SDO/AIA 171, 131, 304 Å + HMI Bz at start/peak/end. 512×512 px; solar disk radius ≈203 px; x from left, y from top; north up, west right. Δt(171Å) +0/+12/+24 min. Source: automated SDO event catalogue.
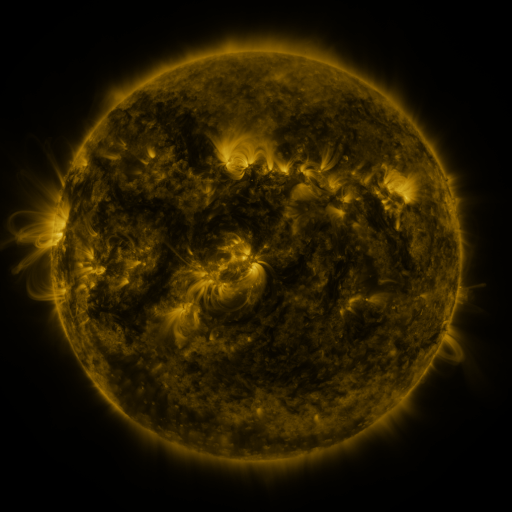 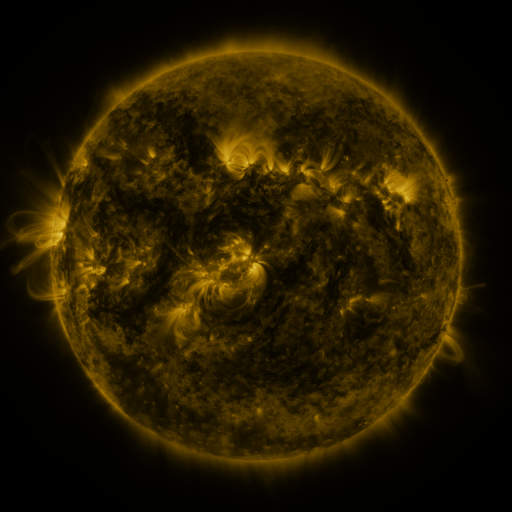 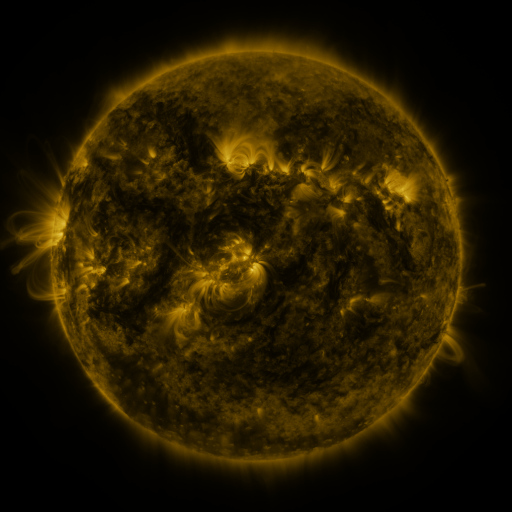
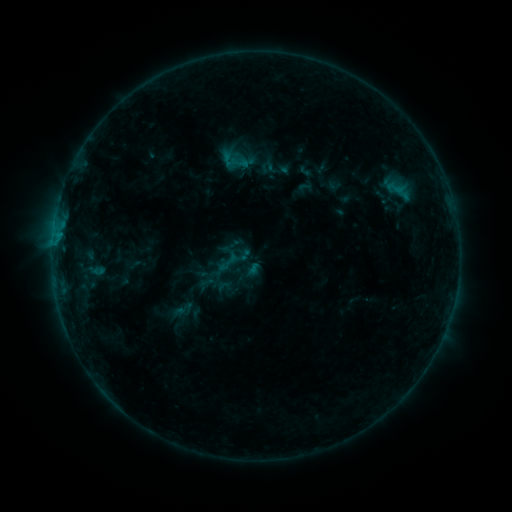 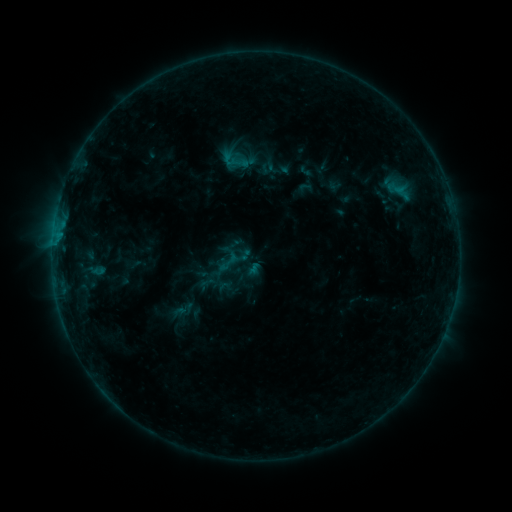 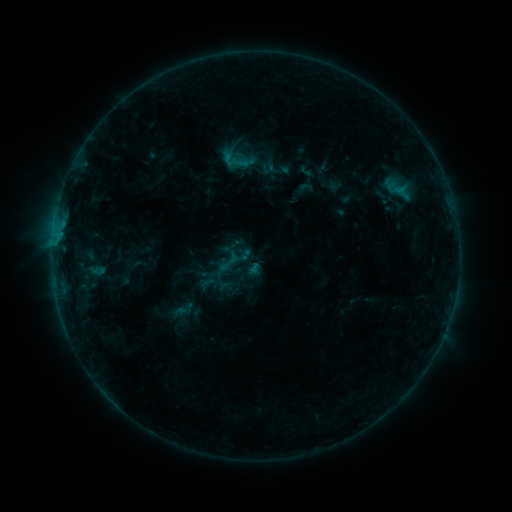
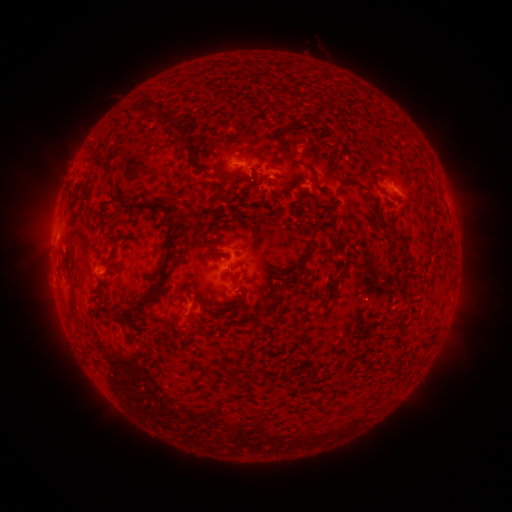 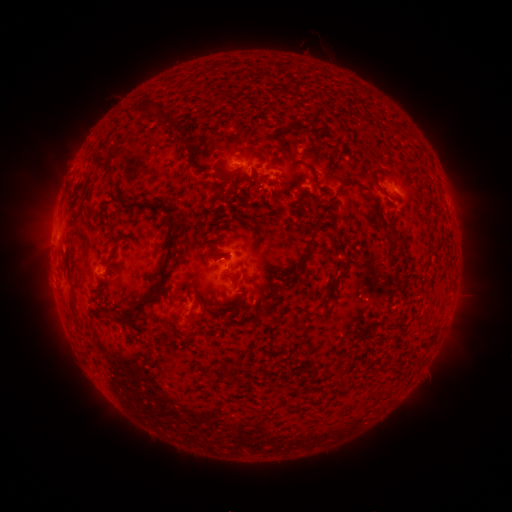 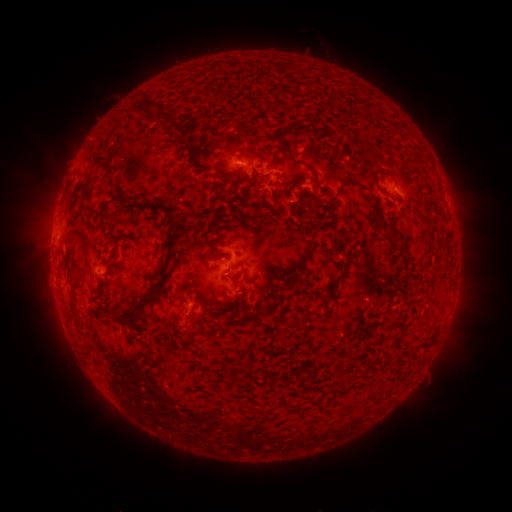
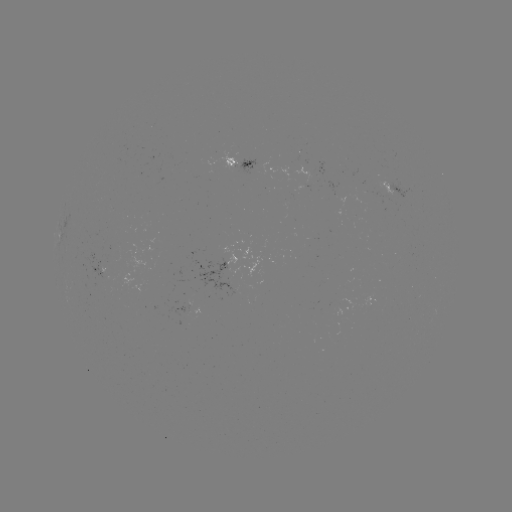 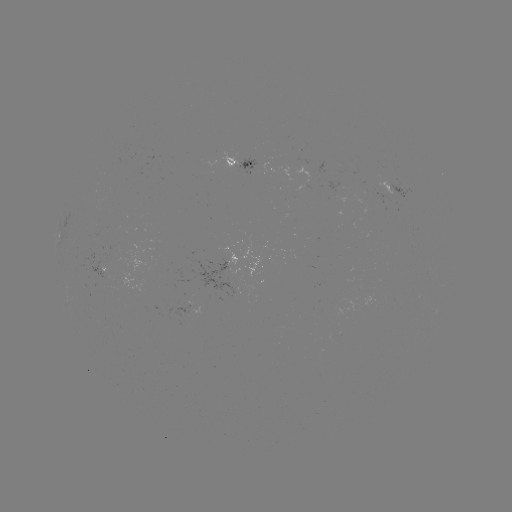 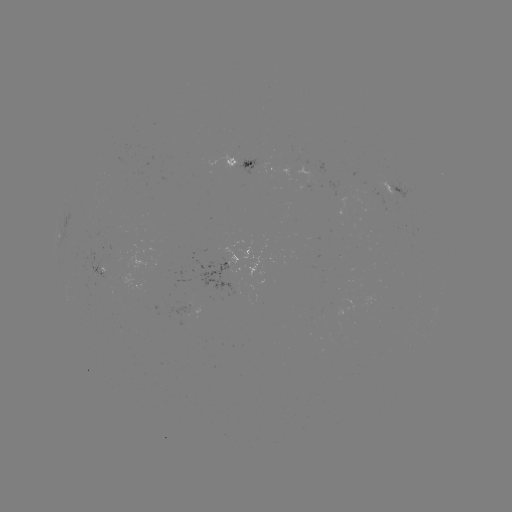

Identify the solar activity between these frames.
no flare in any classed list; no EUV-trigger detection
